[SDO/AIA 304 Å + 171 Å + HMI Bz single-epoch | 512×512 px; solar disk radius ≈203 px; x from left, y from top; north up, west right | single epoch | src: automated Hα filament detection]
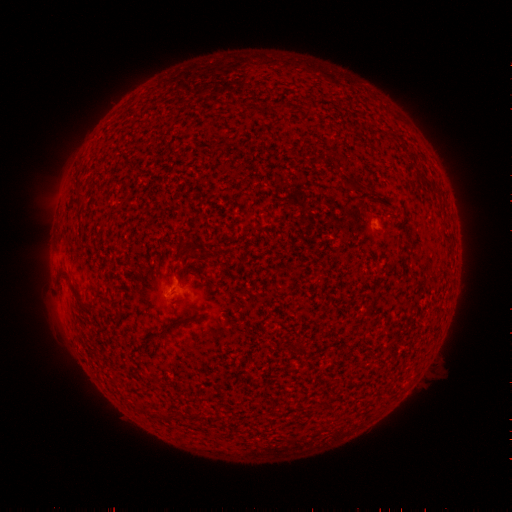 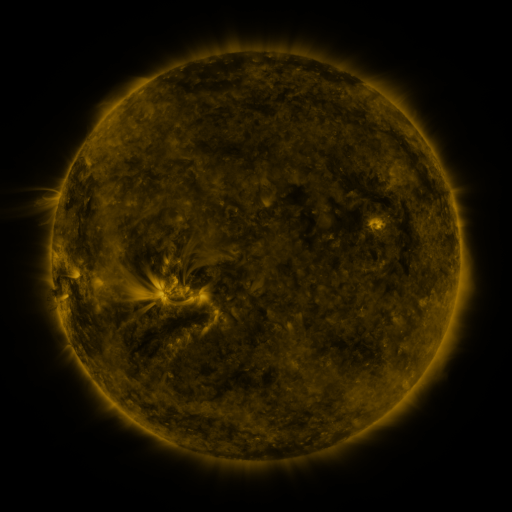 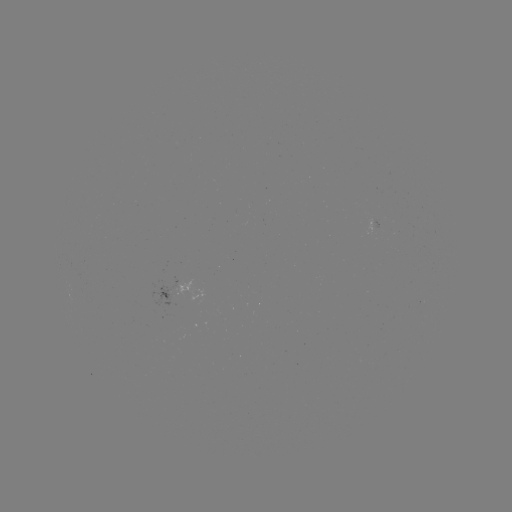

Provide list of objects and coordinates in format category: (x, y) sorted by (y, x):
filament: (356, 189)
filament: (73, 288)
